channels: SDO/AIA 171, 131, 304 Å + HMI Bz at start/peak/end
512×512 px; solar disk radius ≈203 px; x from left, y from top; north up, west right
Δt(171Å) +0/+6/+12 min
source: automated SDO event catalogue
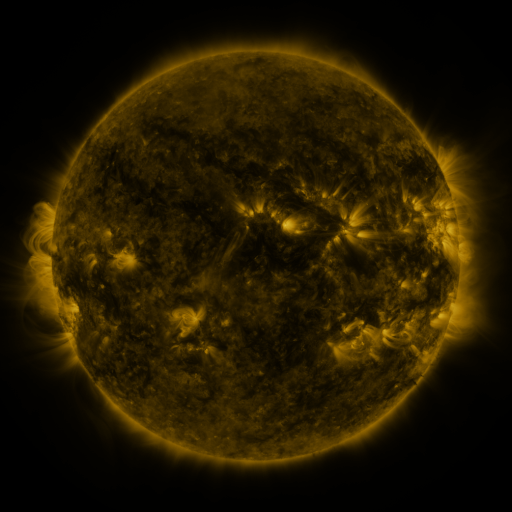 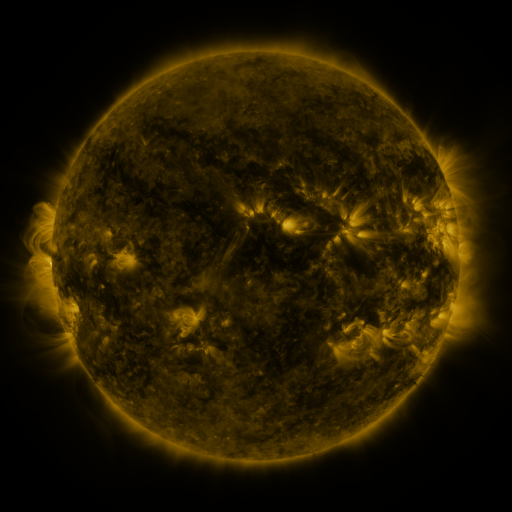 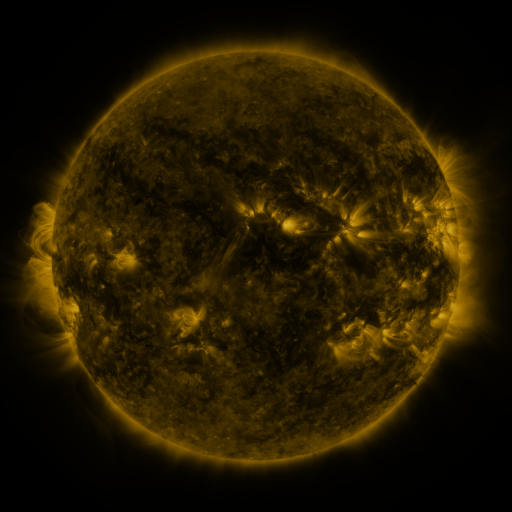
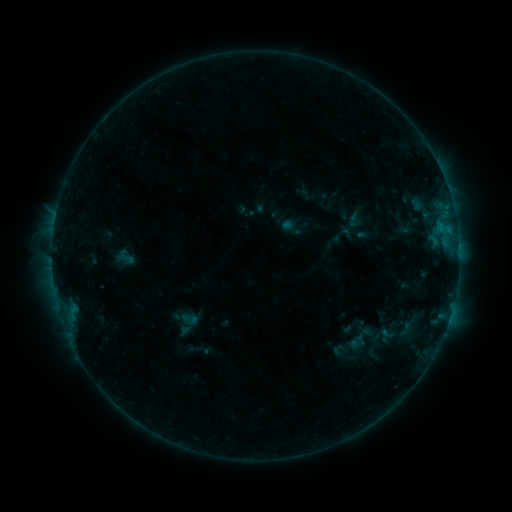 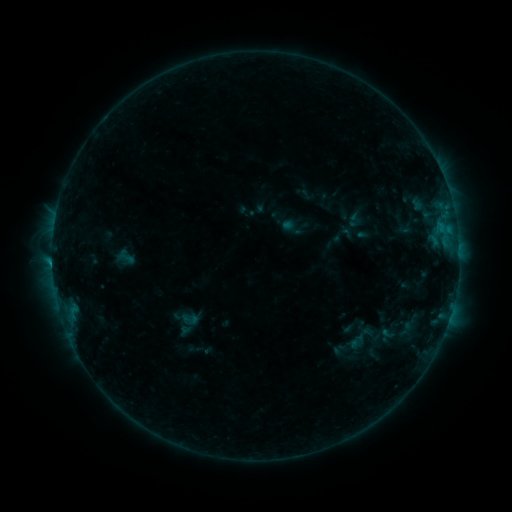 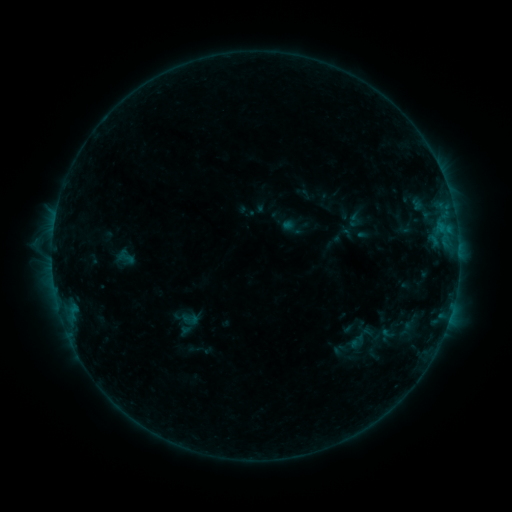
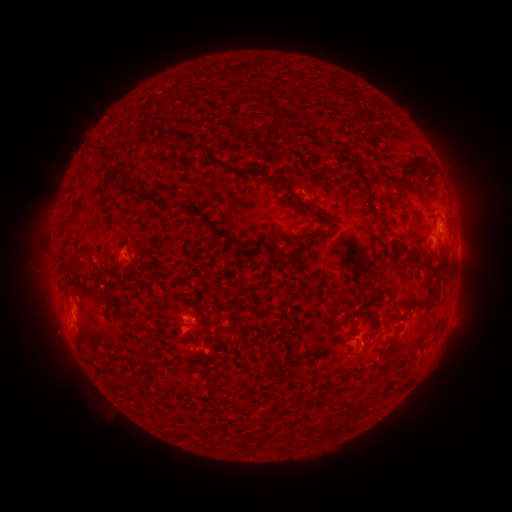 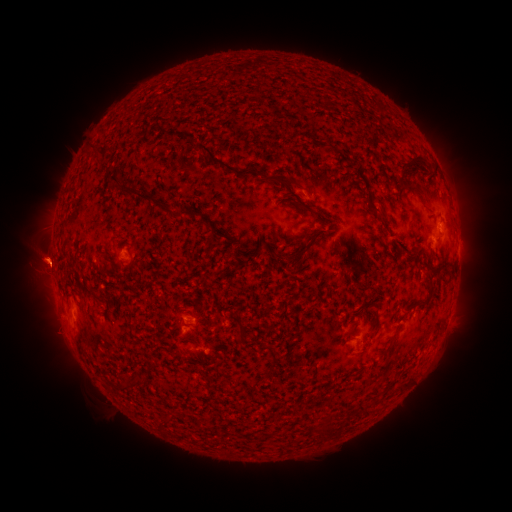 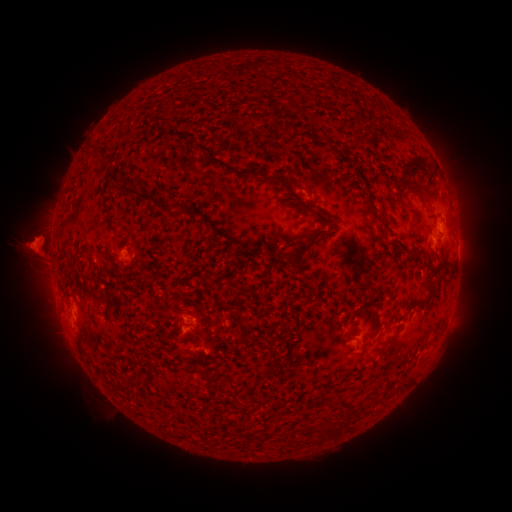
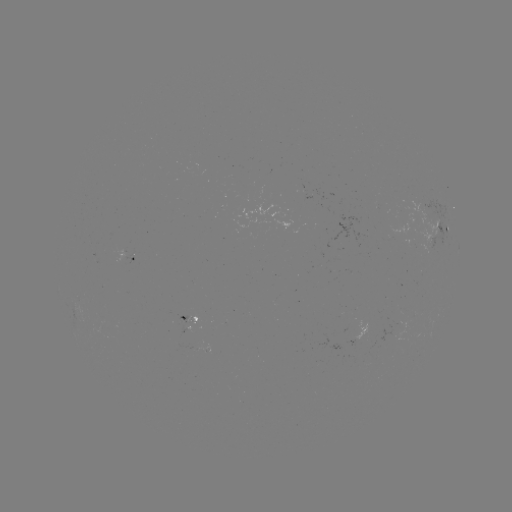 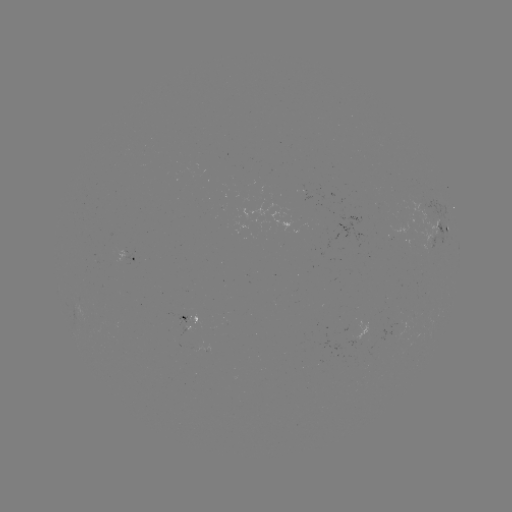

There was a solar flare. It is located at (52, 263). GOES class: B4.8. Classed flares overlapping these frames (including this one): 1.